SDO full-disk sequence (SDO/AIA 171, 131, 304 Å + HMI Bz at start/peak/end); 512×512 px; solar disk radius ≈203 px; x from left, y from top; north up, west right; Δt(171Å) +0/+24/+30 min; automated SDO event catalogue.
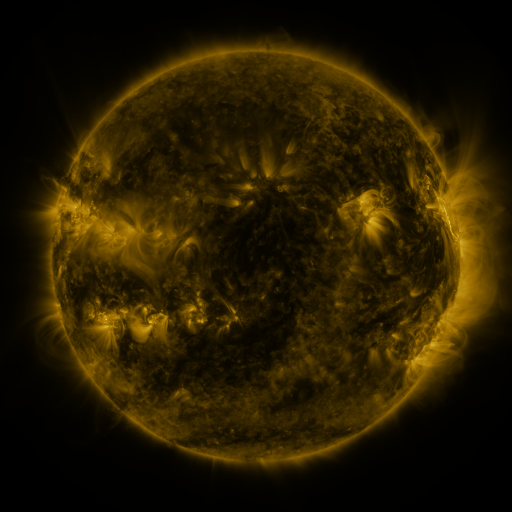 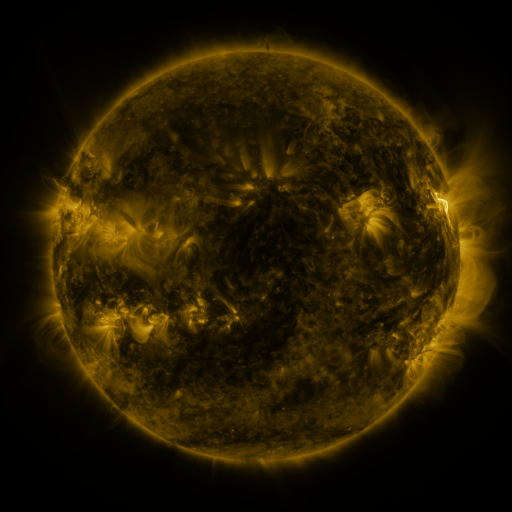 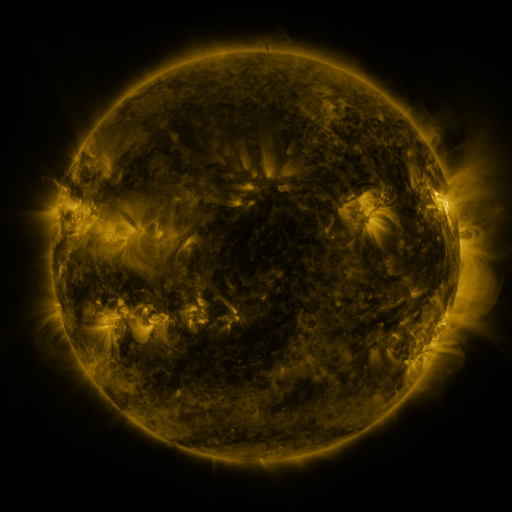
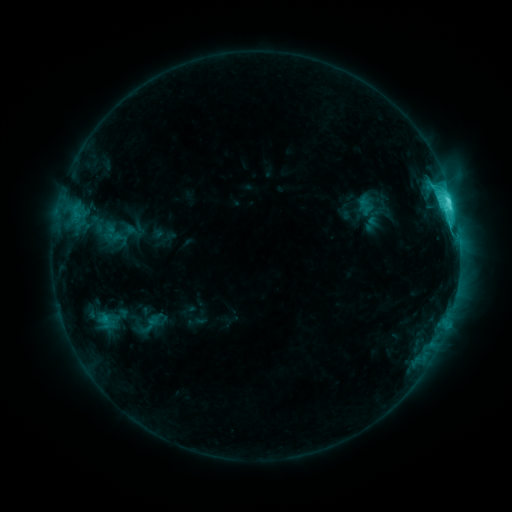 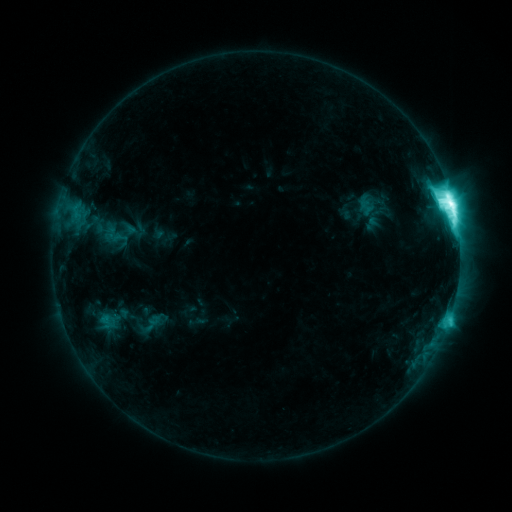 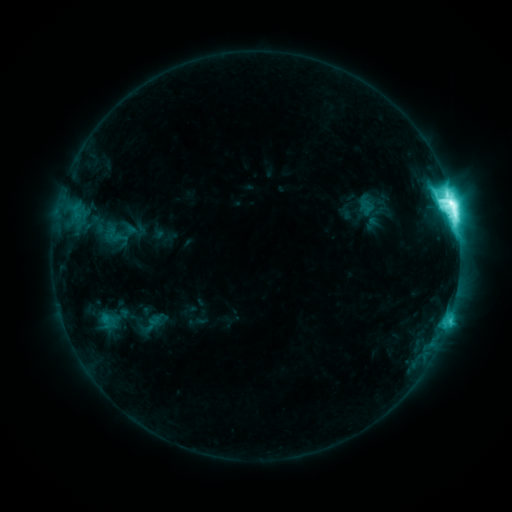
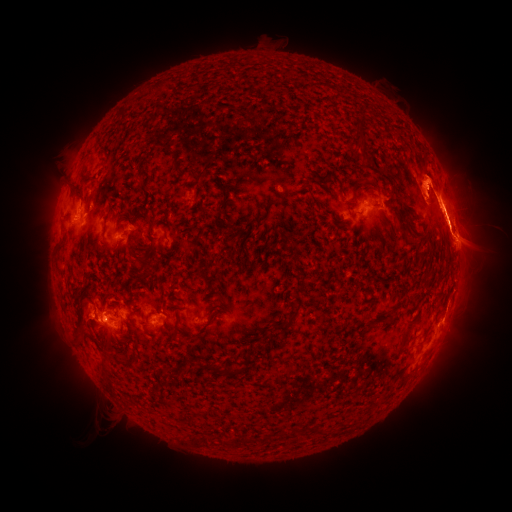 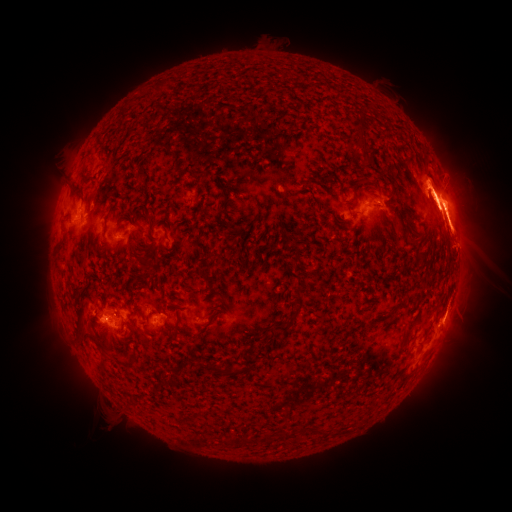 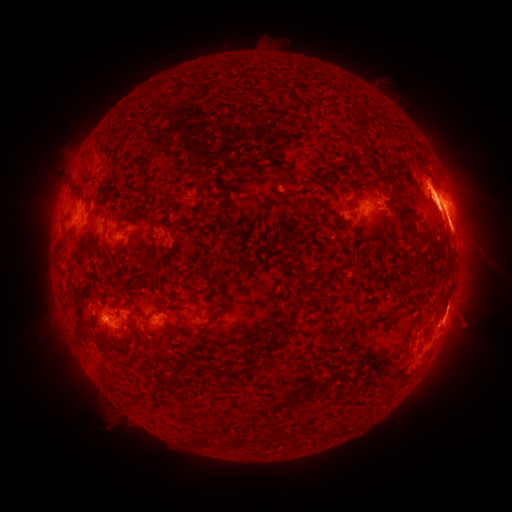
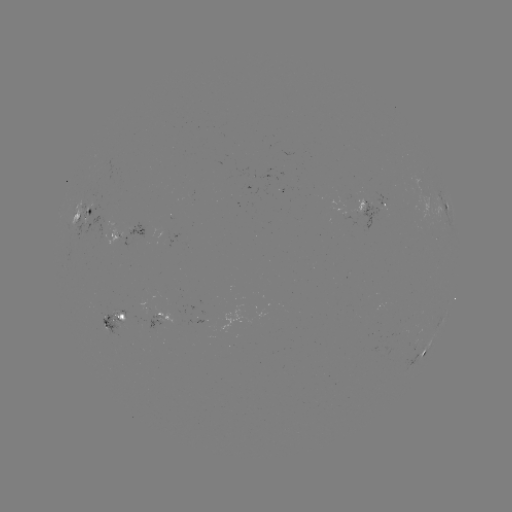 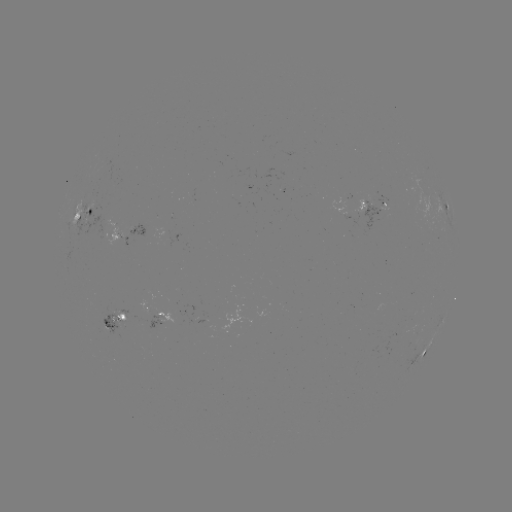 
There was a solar flare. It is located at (452, 206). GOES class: M5.0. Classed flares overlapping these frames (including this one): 1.